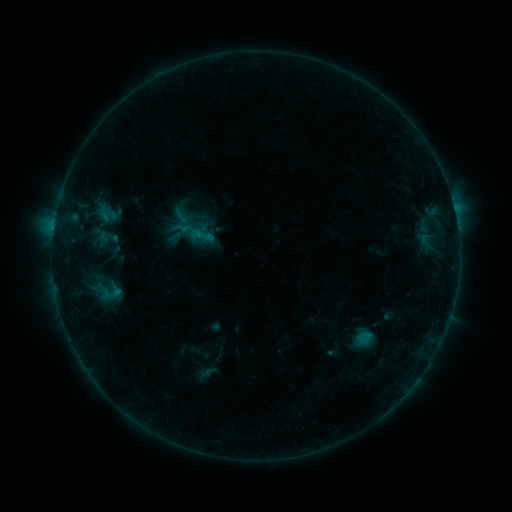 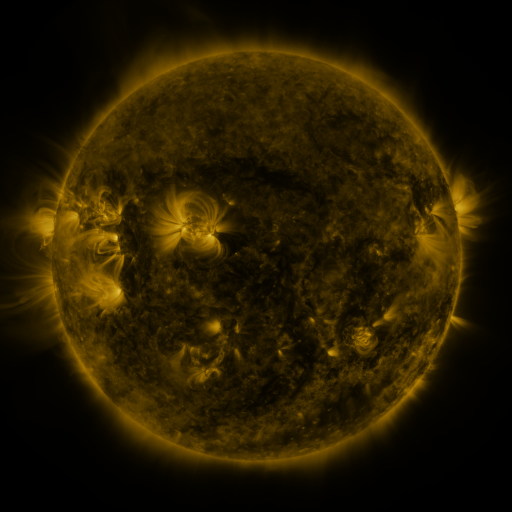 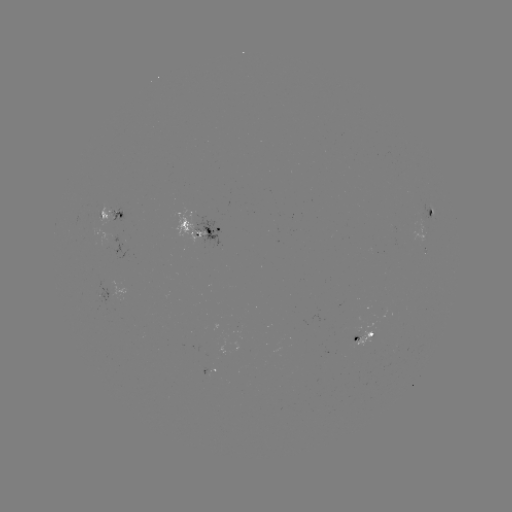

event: sigmoid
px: (204, 235)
